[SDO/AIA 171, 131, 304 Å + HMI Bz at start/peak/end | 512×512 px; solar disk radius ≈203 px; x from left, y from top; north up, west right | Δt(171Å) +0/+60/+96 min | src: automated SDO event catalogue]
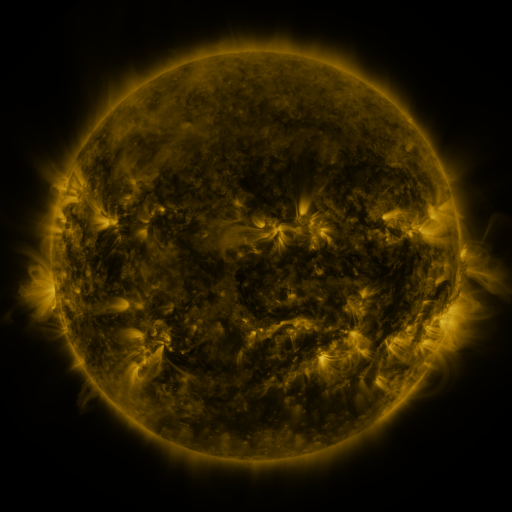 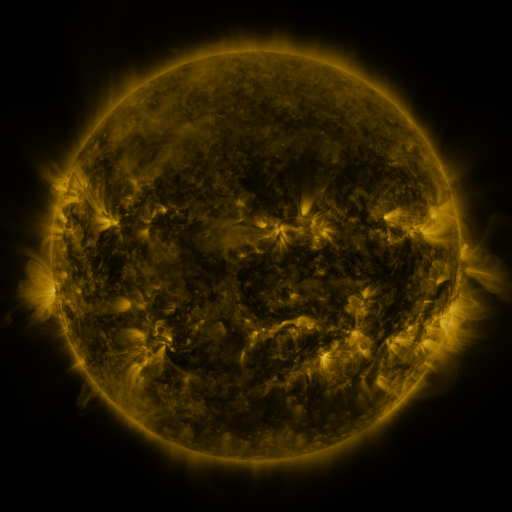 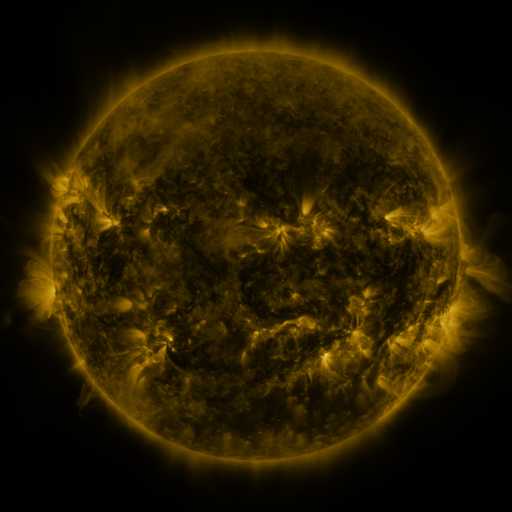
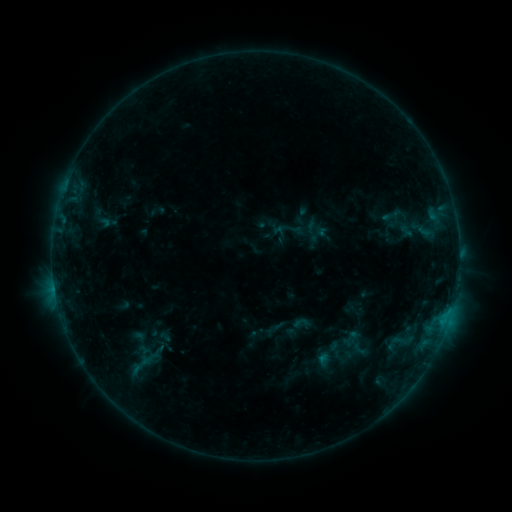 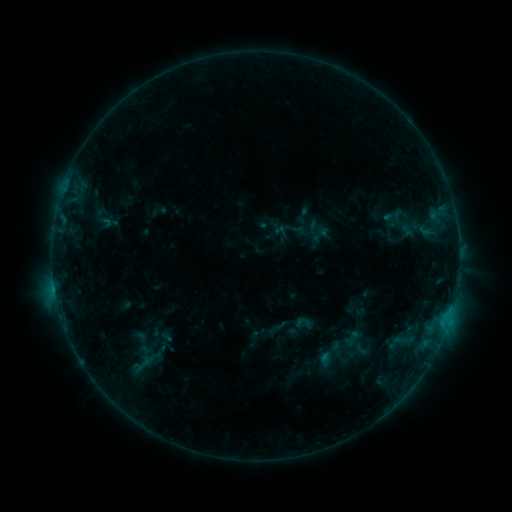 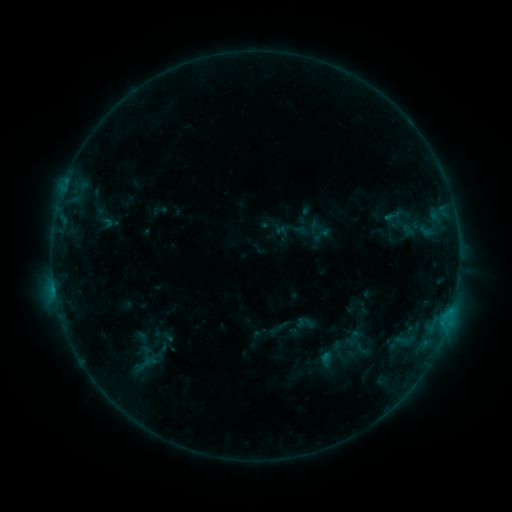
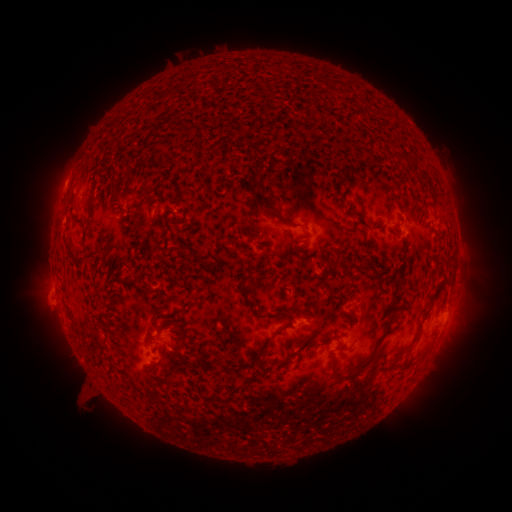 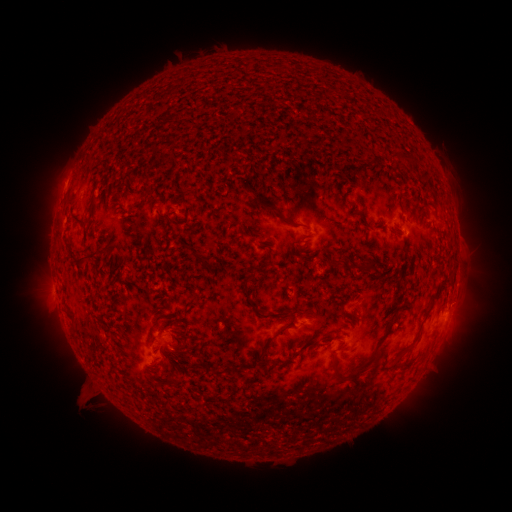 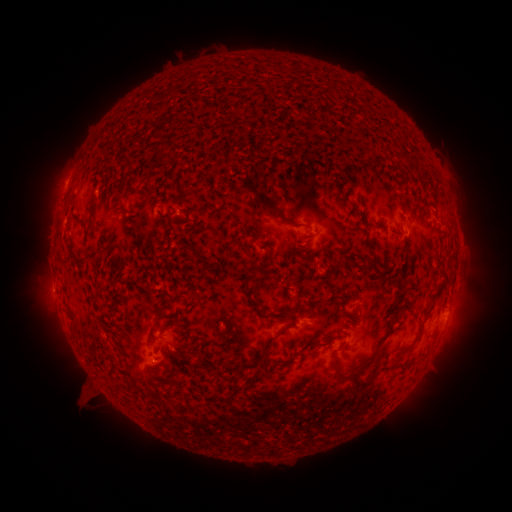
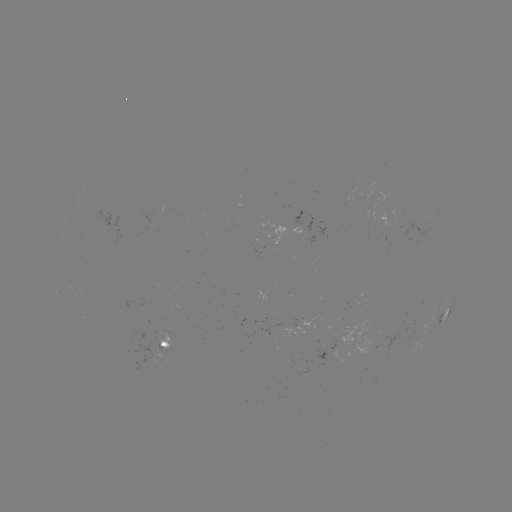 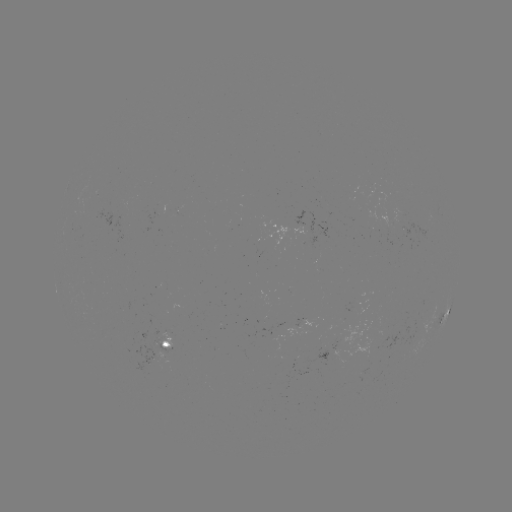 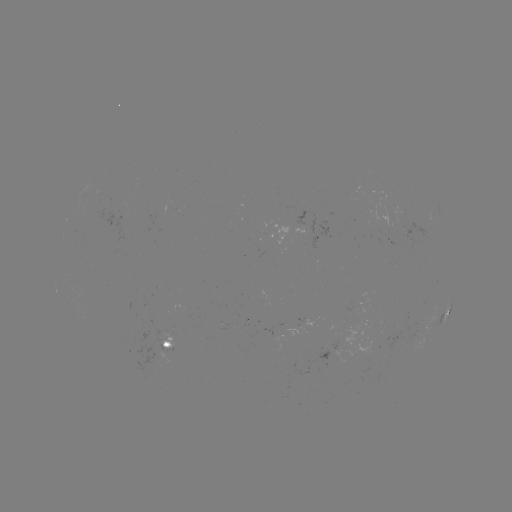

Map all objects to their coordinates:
emerging-flux region: (394, 219)
